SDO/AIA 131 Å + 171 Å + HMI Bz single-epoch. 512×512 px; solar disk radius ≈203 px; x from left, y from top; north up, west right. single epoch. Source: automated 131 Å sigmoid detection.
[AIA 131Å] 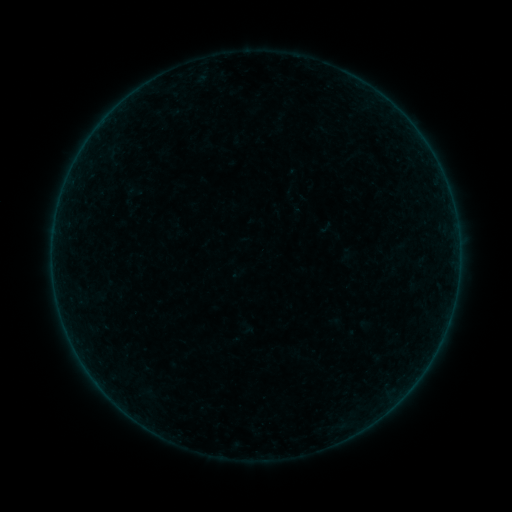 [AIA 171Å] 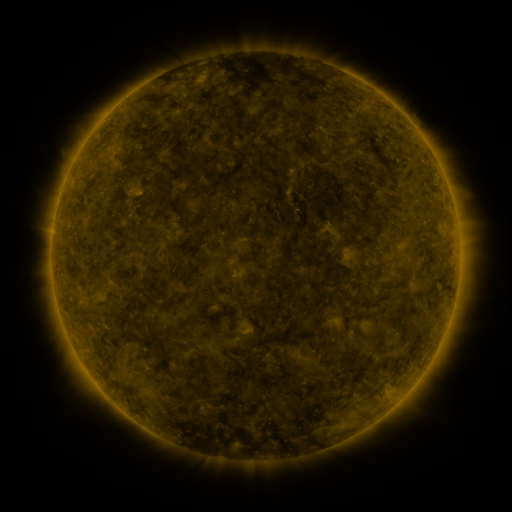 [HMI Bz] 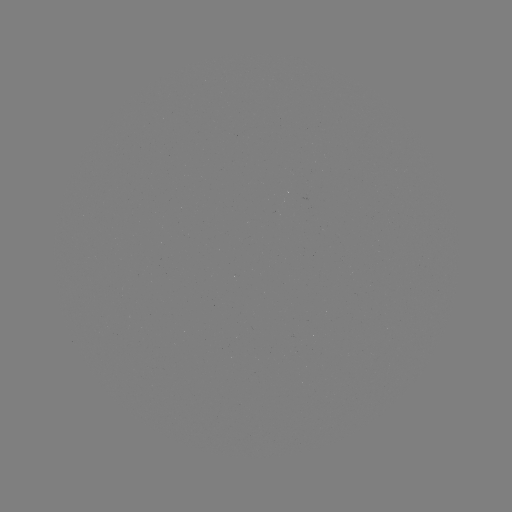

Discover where sigmoid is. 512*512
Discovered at [134, 191].